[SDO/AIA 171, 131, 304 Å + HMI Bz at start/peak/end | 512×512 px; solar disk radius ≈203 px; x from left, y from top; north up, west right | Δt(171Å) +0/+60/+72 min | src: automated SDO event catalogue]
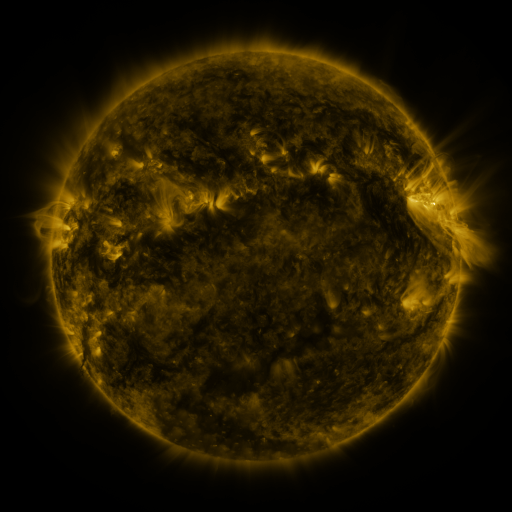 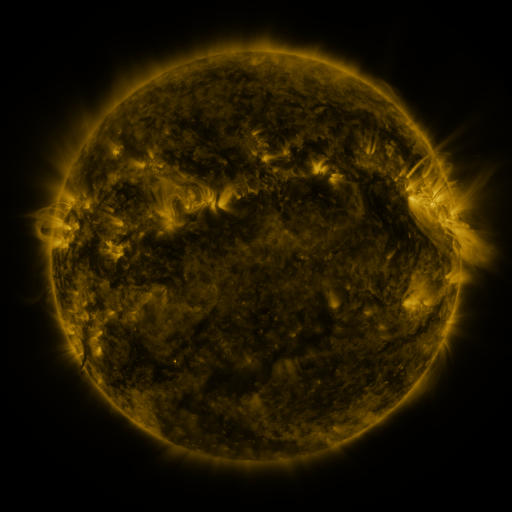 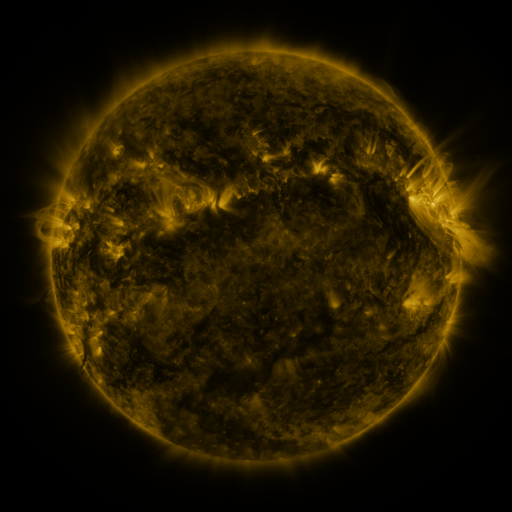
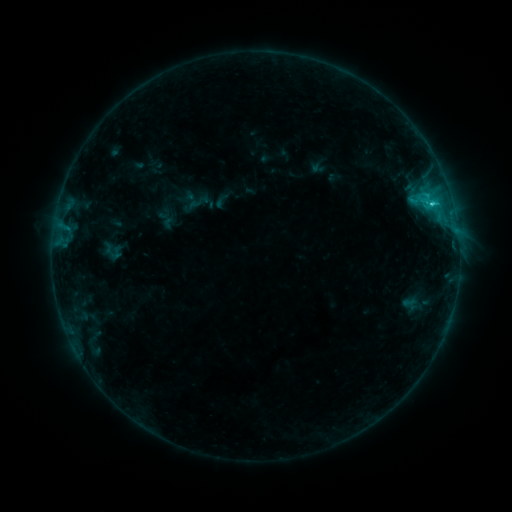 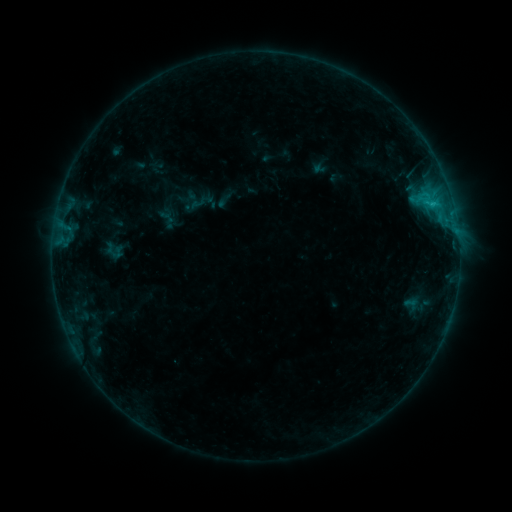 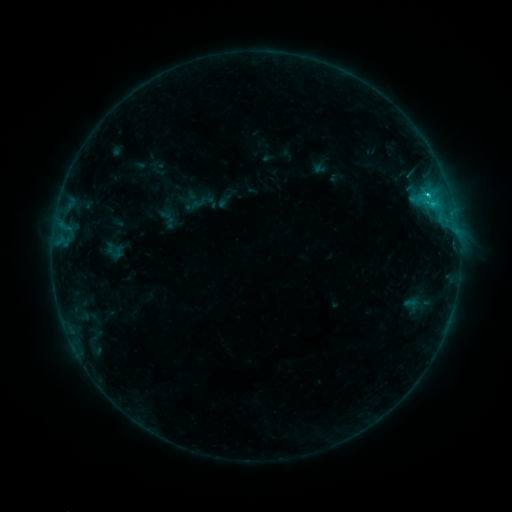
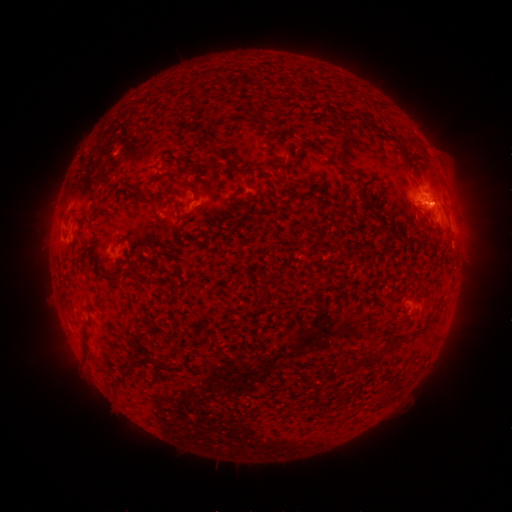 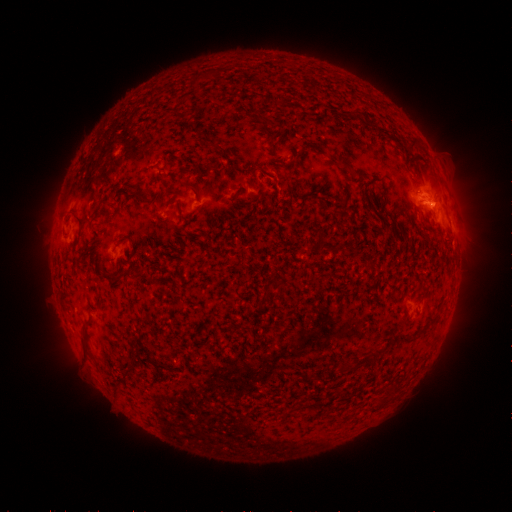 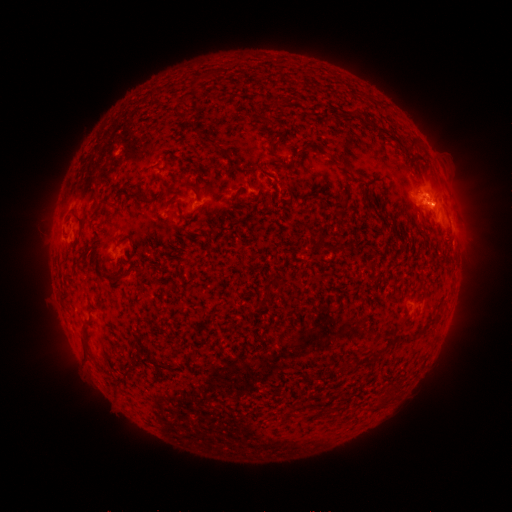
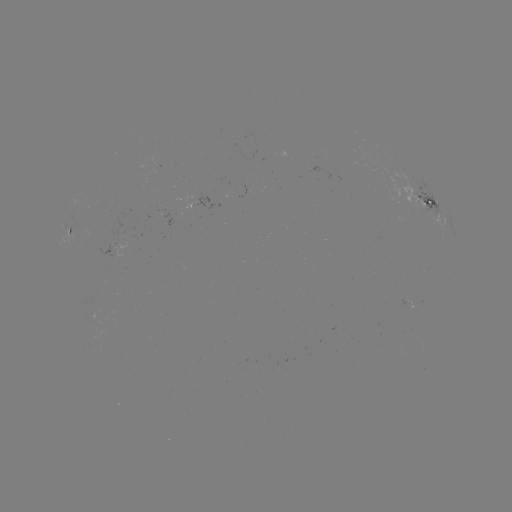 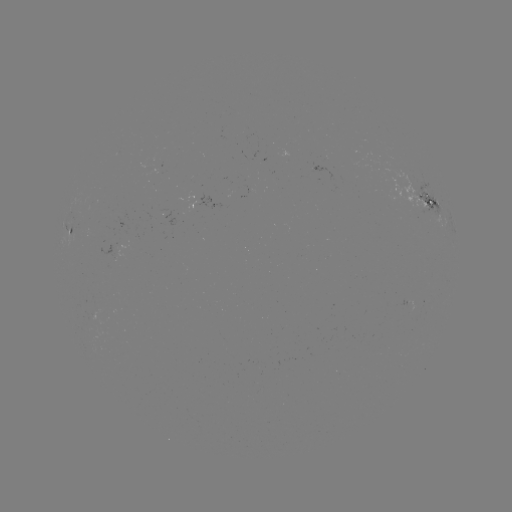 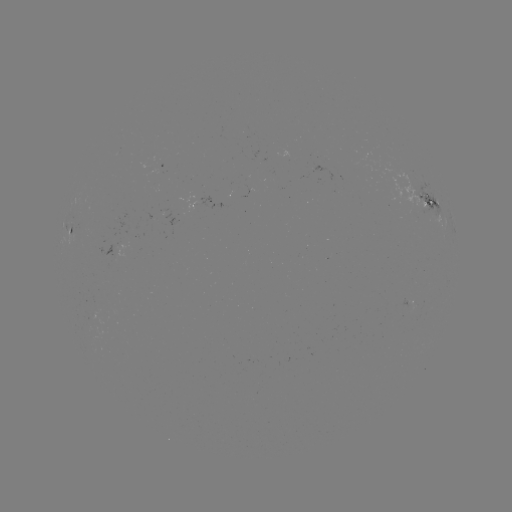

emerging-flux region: [398, 297, 409, 315]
